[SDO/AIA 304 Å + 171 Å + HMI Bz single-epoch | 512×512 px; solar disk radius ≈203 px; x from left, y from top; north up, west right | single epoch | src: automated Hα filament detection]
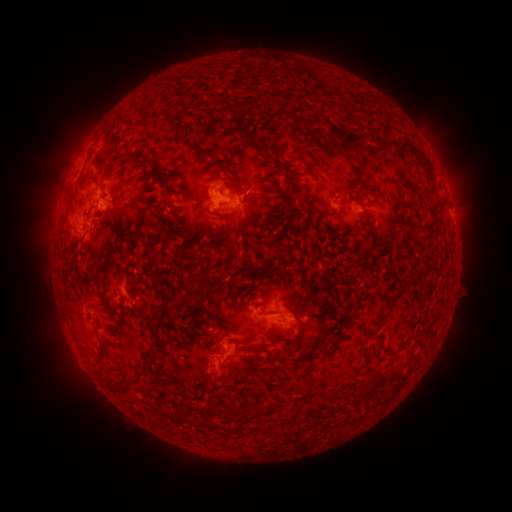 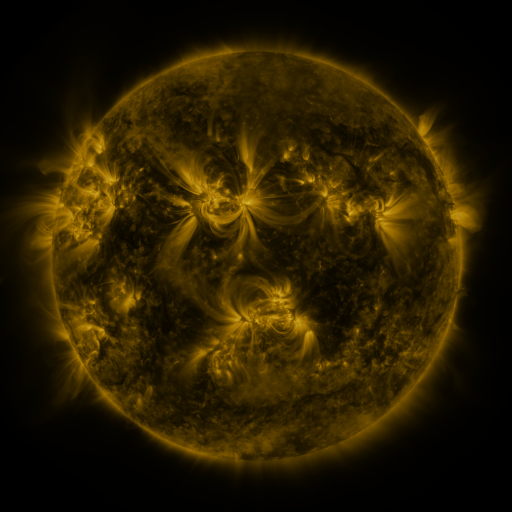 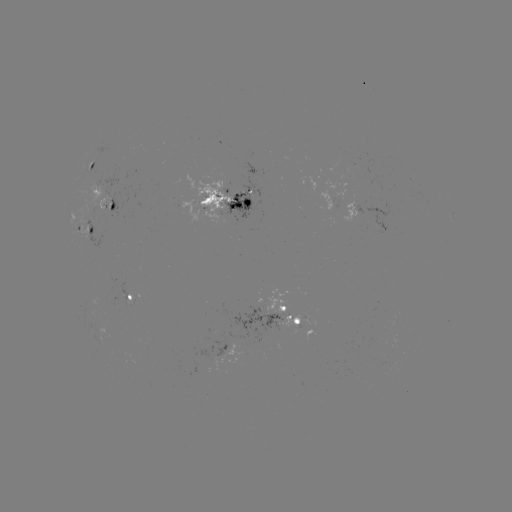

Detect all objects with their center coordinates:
filament: [226, 79, 249, 102]
filament: [240, 92, 316, 119]
filament: [331, 101, 341, 109]
filament: [185, 119, 200, 130]
filament: [238, 125, 252, 138]
filament: [309, 134, 357, 162]
filament: [380, 138, 410, 150]
filament: [288, 143, 301, 158]
filament: [123, 151, 148, 161]
filament: [223, 151, 266, 194]
filament: [205, 155, 224, 185]
filament: [234, 156, 290, 210]
filament: [180, 162, 190, 179]
filament: [152, 164, 165, 176]
filament: [277, 167, 311, 204]
filament: [348, 170, 376, 192]
filament: [79, 174, 96, 188]
filament: [163, 181, 183, 206]
filament: [168, 185, 212, 258]
filament: [388, 200, 398, 208]
filament: [270, 207, 283, 219]
filament: [292, 209, 310, 223]
filament: [210, 219, 239, 253]
filament: [312, 224, 330, 241]
filament: [157, 226, 174, 243]
filament: [185, 273, 195, 289]
filament: [141, 298, 184, 371]
filament: [250, 308, 281, 323]
filament: [380, 312, 390, 321]
filament: [284, 314, 294, 325]
filament: [323, 337, 332, 346]
filament: [242, 342, 267, 353]
filament: [327, 367, 350, 381]
filament: [254, 375, 273, 385]
filament: [126, 376, 135, 390]
filament: [226, 410, 238, 420]
